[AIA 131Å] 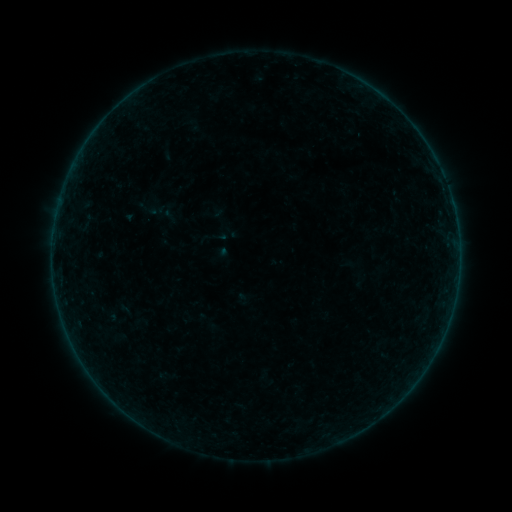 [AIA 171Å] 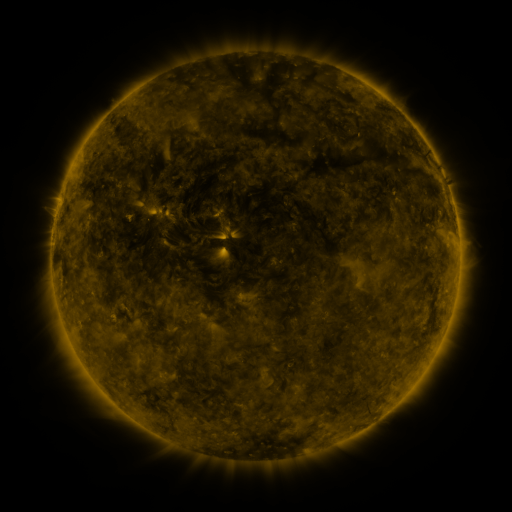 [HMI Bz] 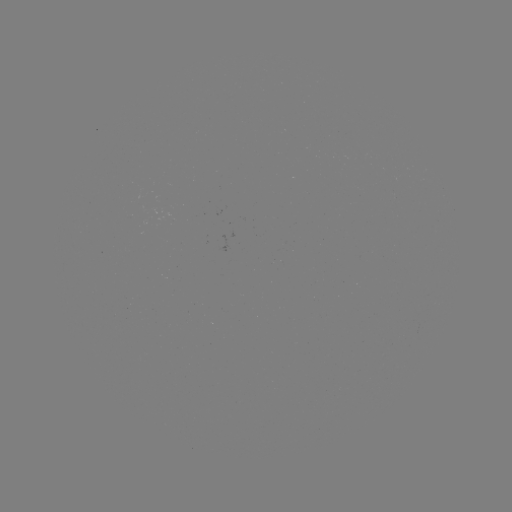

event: sigmoid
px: (219, 236)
